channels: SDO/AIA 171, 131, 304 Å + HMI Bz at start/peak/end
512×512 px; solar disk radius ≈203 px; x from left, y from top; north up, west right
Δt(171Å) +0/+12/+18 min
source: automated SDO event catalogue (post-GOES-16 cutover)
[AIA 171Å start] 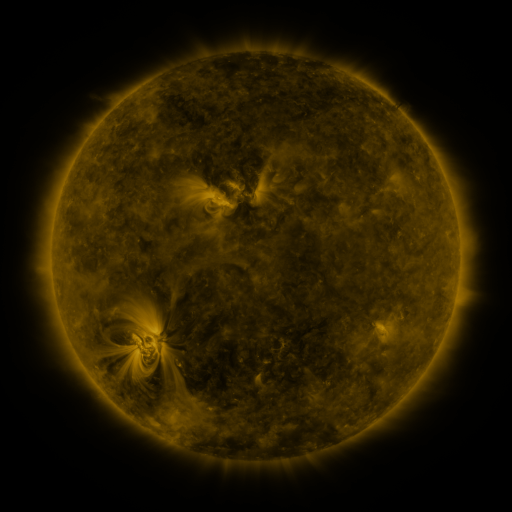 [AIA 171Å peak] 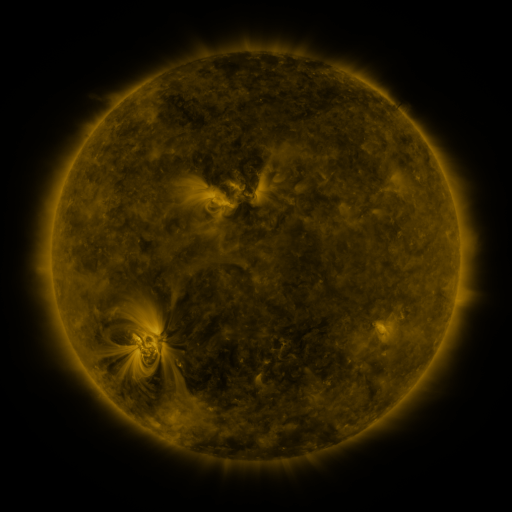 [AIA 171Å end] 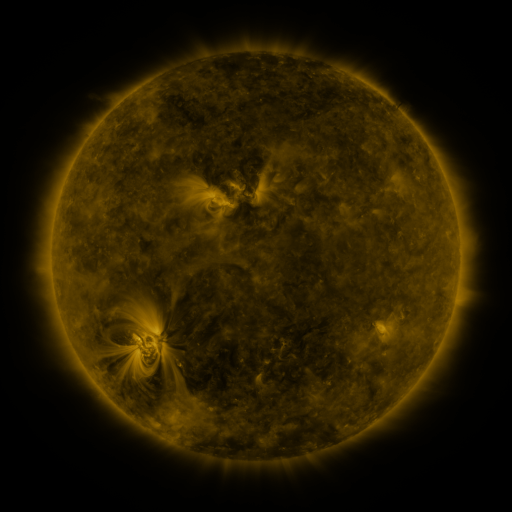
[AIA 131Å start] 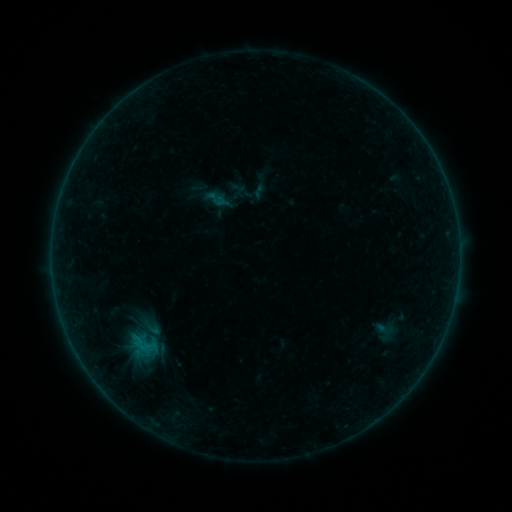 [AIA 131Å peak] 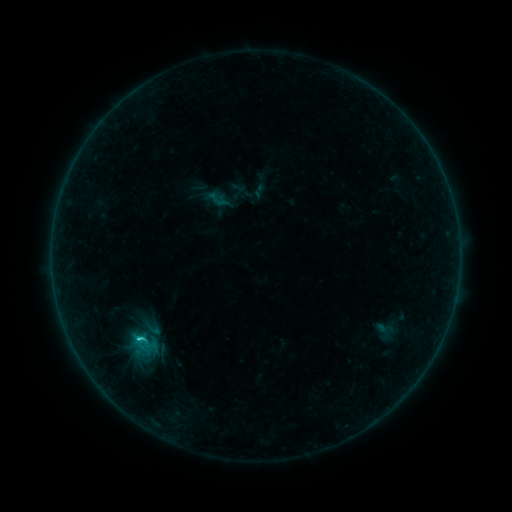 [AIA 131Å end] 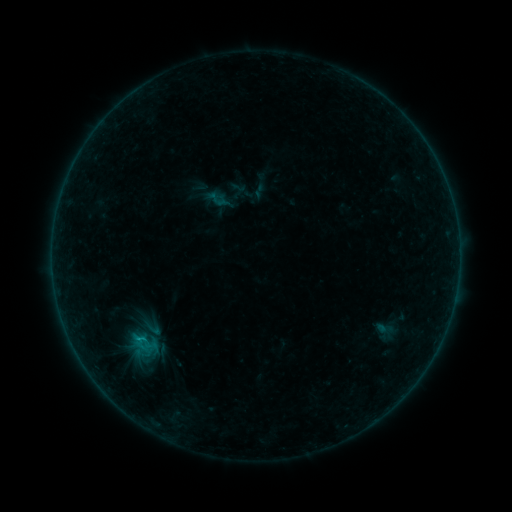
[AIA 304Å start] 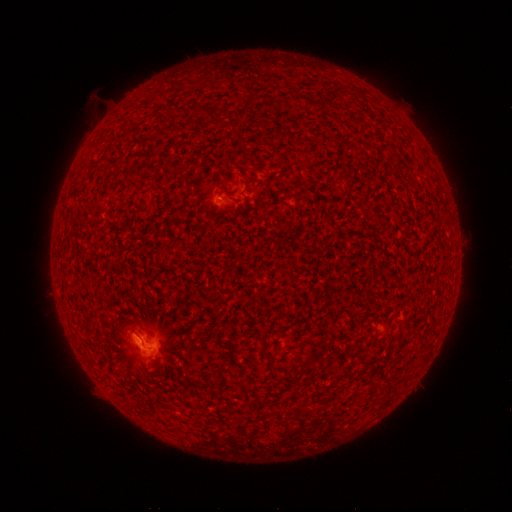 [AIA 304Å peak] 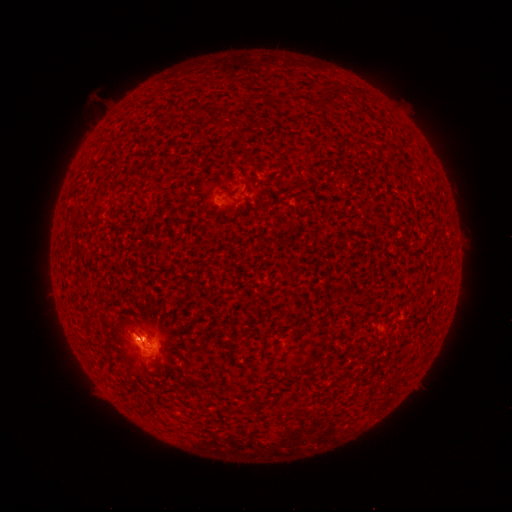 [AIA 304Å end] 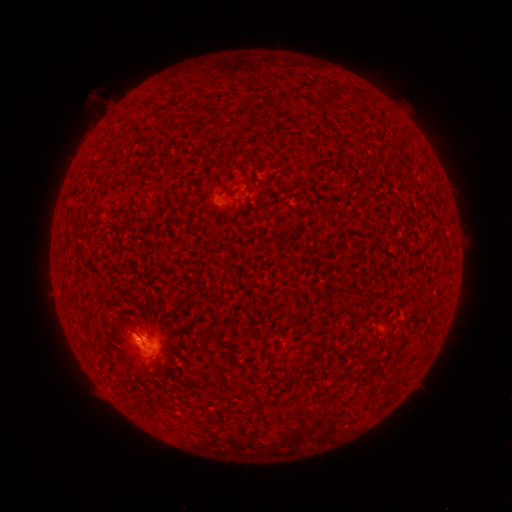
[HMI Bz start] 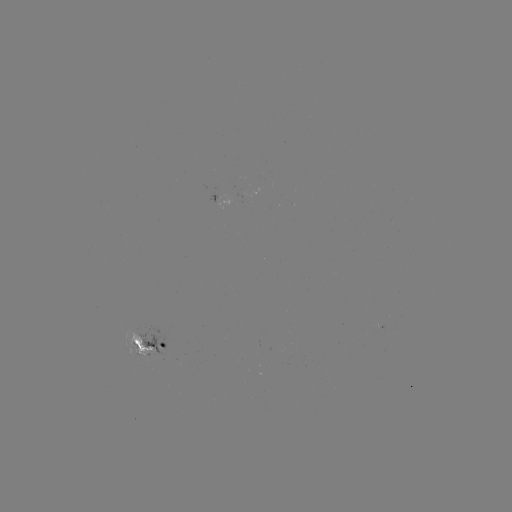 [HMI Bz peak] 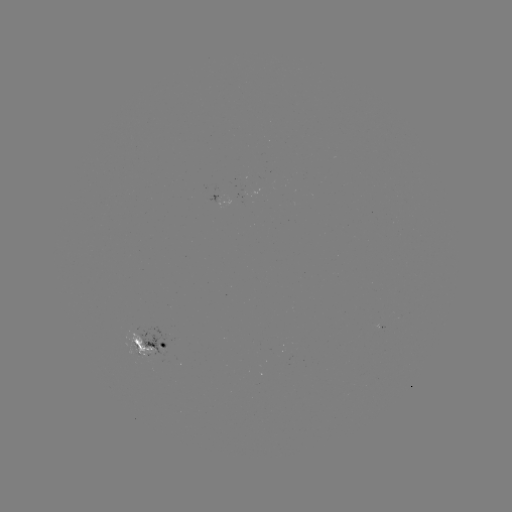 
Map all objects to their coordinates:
C1.8 flare: (141, 338)
